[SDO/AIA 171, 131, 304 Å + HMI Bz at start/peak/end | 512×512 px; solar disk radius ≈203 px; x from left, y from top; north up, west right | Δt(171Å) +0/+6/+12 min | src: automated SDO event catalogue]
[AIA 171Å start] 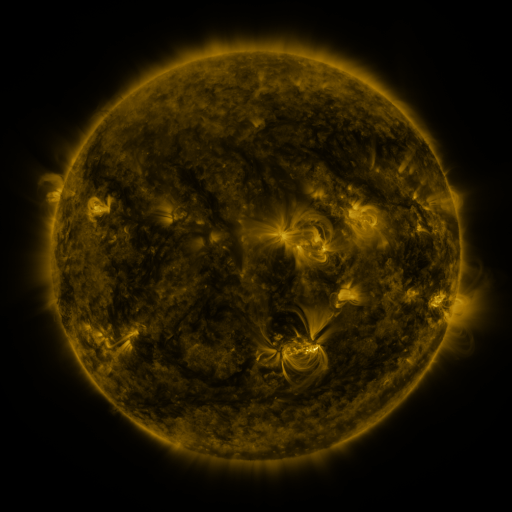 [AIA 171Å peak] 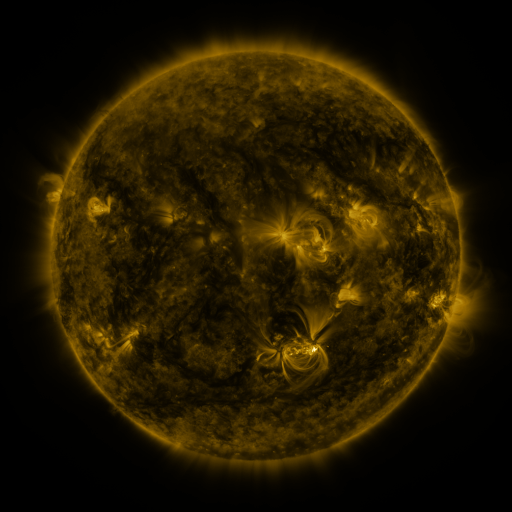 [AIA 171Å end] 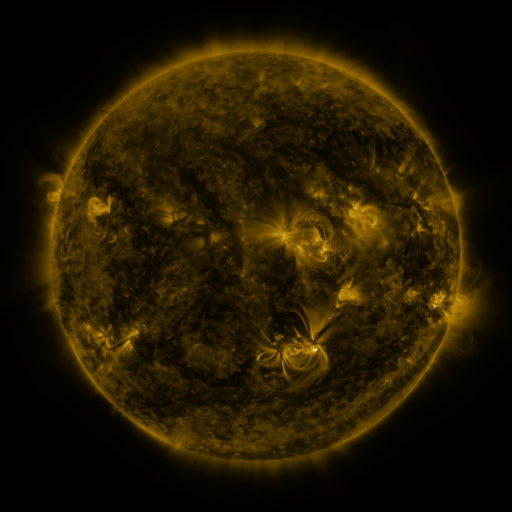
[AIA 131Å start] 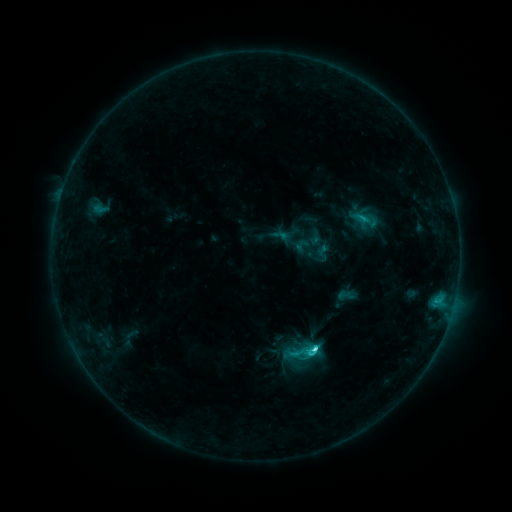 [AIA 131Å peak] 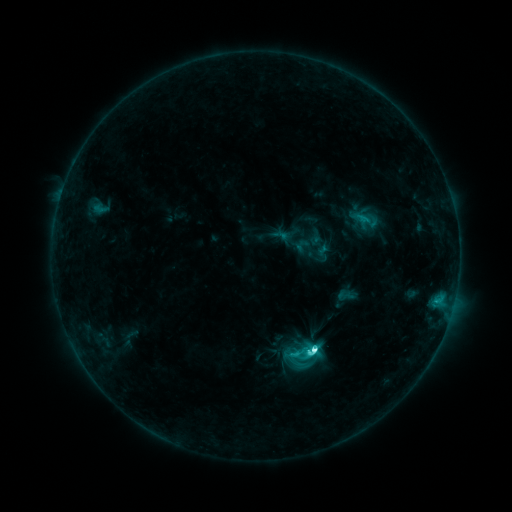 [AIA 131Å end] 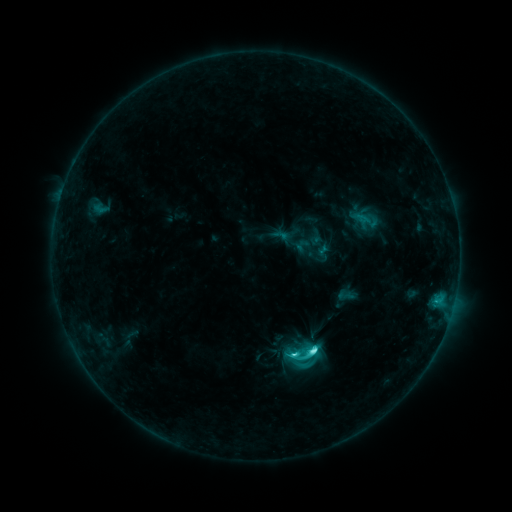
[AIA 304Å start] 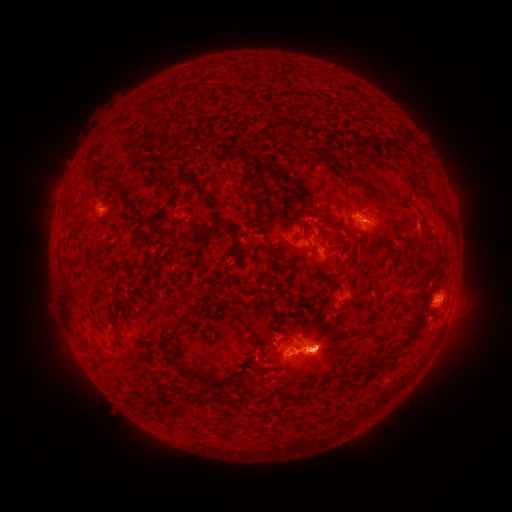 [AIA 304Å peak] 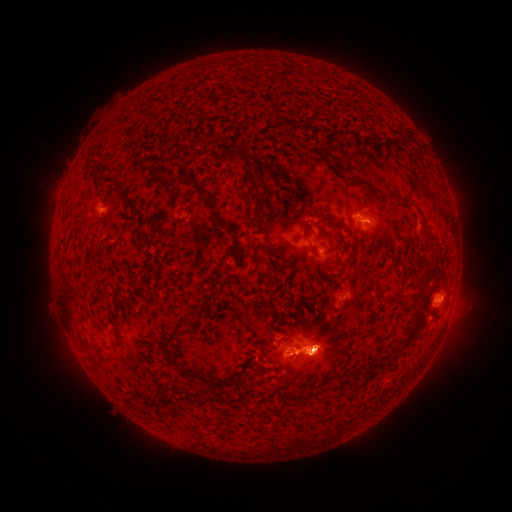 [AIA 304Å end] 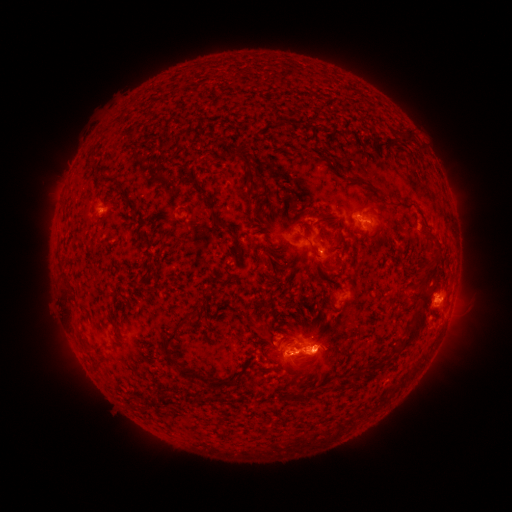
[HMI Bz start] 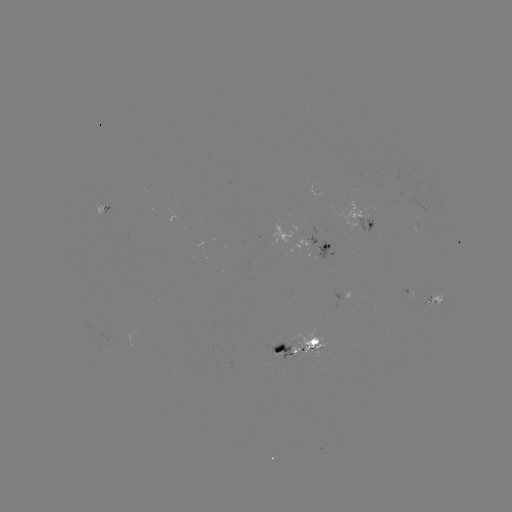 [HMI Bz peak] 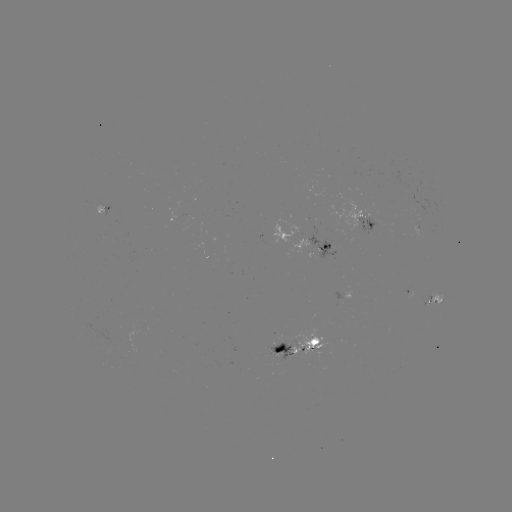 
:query eruption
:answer [319, 366]